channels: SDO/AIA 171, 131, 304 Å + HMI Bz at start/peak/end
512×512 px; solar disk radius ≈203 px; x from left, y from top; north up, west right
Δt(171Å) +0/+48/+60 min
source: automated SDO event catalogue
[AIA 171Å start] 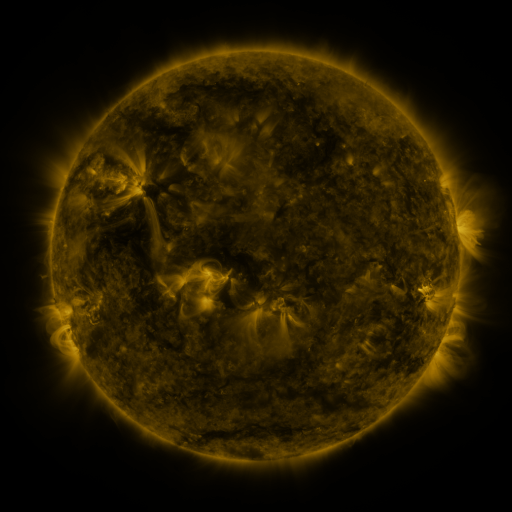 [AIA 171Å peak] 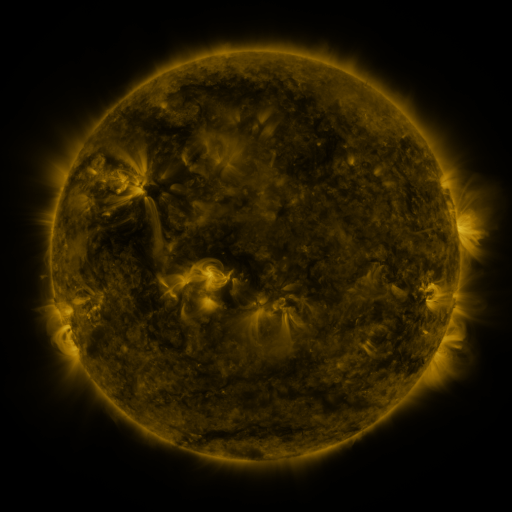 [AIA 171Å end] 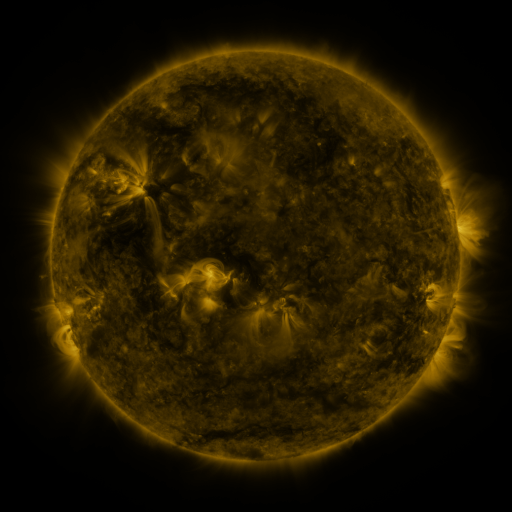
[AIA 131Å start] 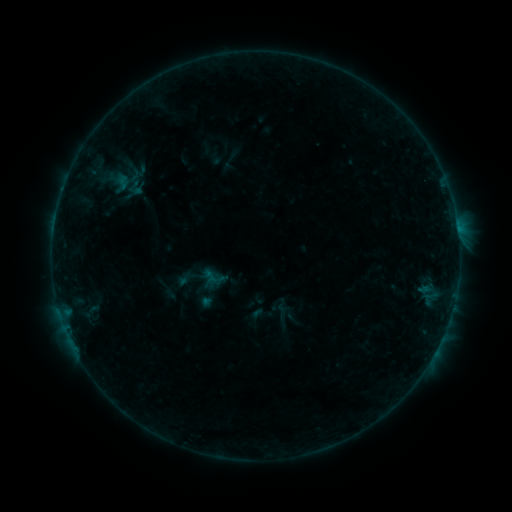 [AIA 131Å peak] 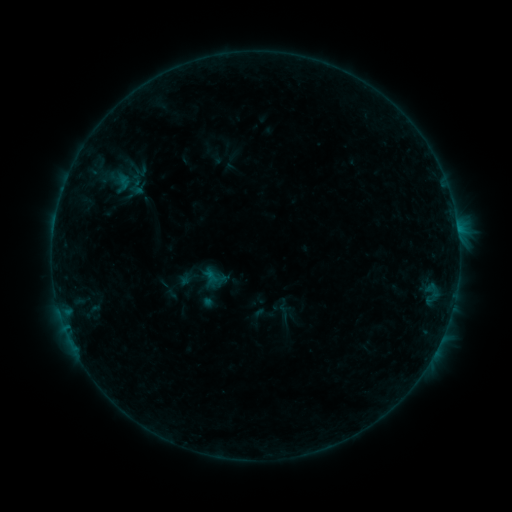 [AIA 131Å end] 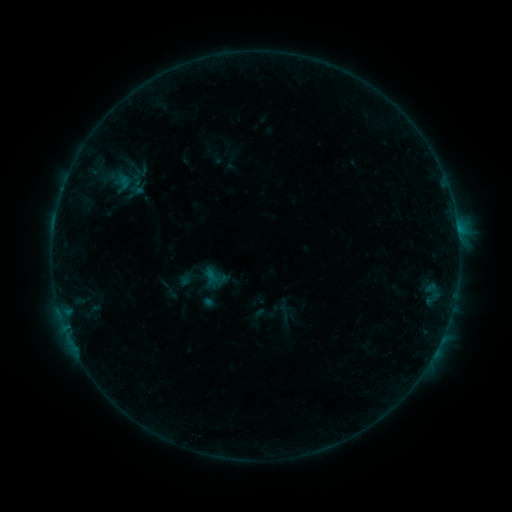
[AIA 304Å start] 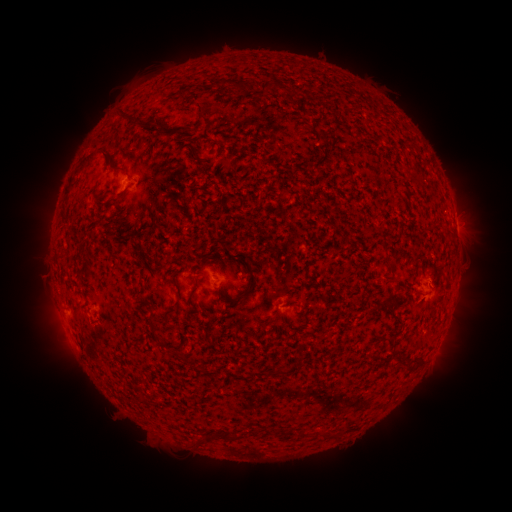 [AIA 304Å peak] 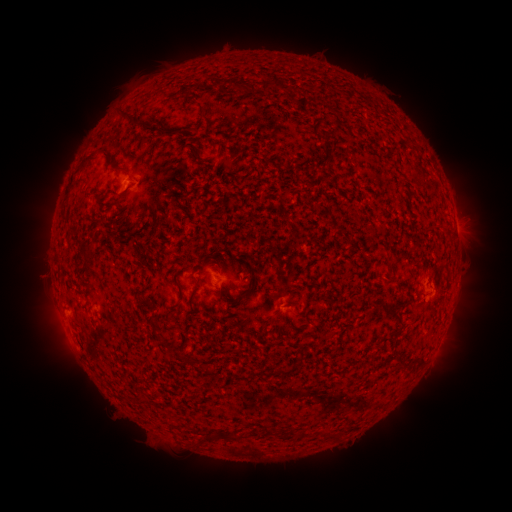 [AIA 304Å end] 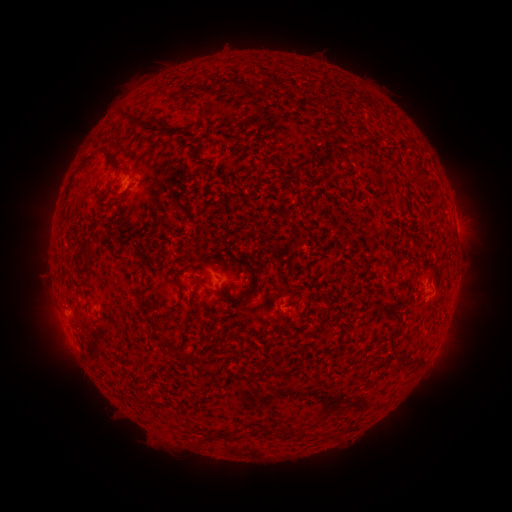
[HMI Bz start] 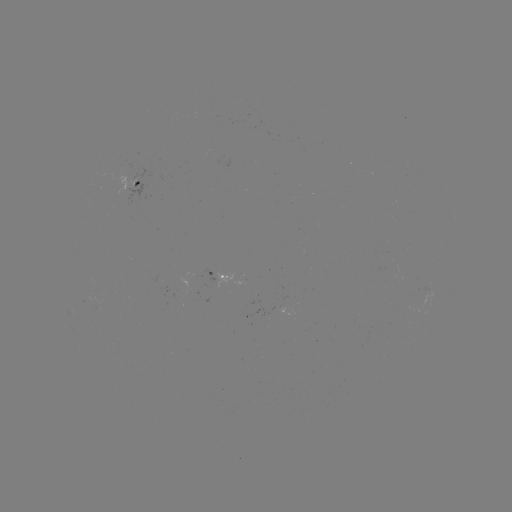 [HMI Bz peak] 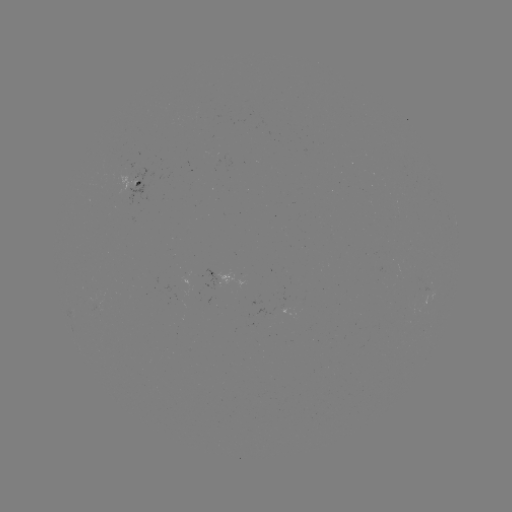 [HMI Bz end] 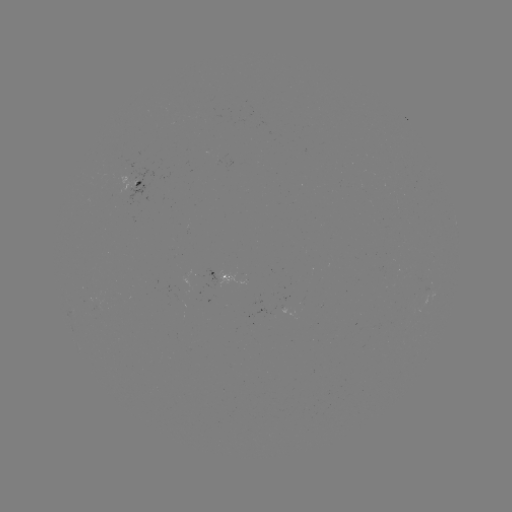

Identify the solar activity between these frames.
B2.5 flare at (211, 275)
